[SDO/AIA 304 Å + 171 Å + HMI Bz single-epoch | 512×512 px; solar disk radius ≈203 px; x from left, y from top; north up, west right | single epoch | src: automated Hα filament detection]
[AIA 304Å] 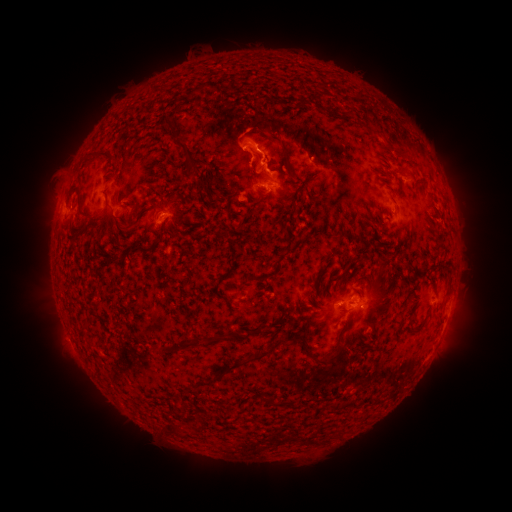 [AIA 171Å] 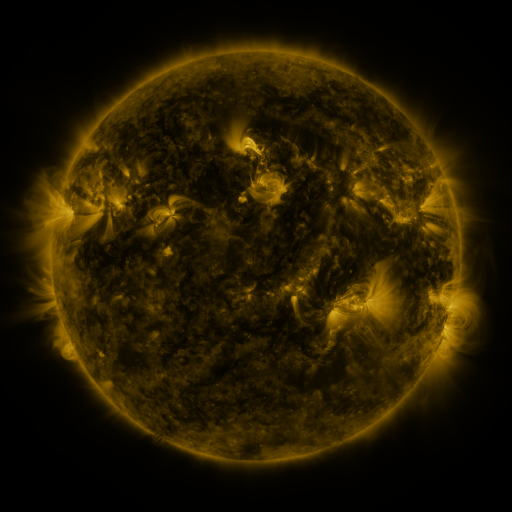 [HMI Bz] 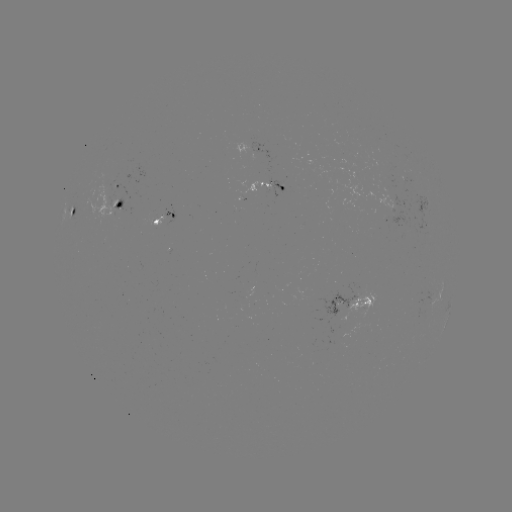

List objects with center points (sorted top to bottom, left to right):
filament: (197, 82, 209, 93)
filament: (164, 115, 178, 130)
filament: (267, 131, 291, 167)
filament: (176, 140, 208, 169)
filament: (97, 149, 119, 164)
filament: (397, 167, 407, 176)
filament: (116, 220, 138, 232)
filament: (128, 243, 150, 253)
filament: (243, 328, 251, 339)
filament: (204, 329, 236, 346)
filament: (297, 333, 338, 366)
filament: (178, 341, 191, 354)
filament: (225, 342, 278, 372)
